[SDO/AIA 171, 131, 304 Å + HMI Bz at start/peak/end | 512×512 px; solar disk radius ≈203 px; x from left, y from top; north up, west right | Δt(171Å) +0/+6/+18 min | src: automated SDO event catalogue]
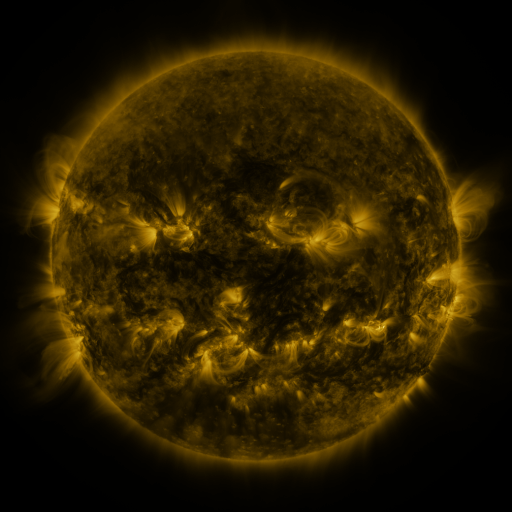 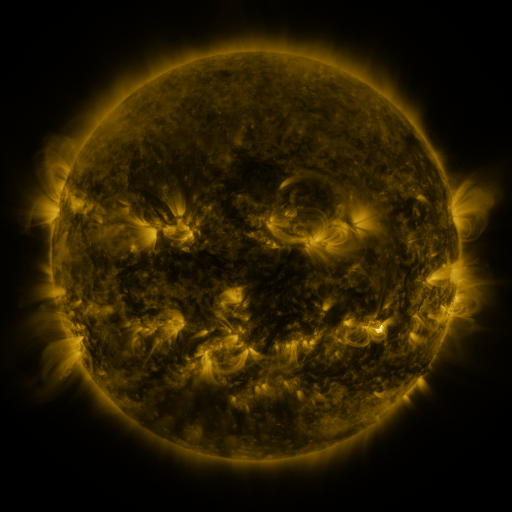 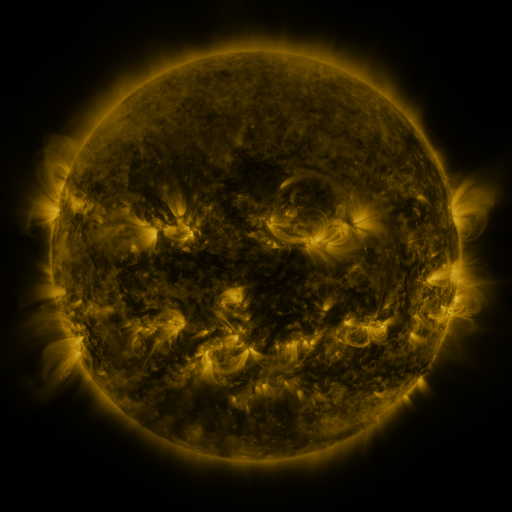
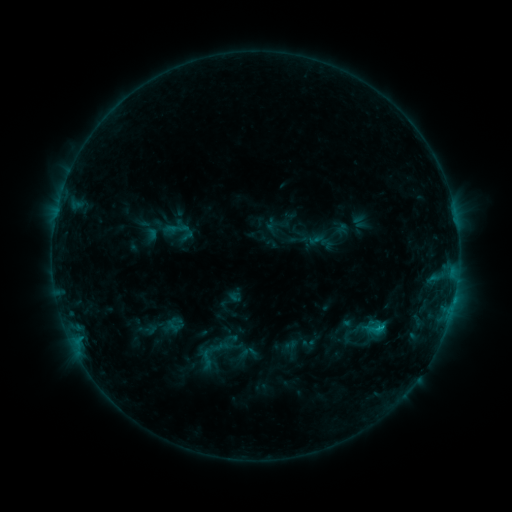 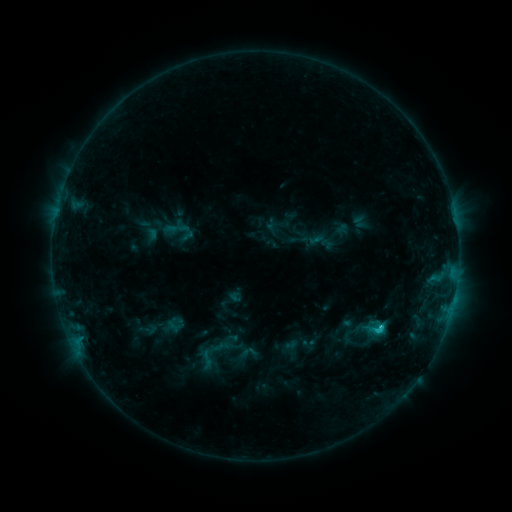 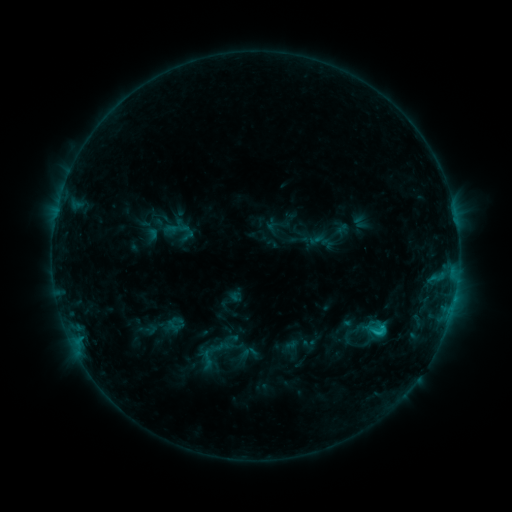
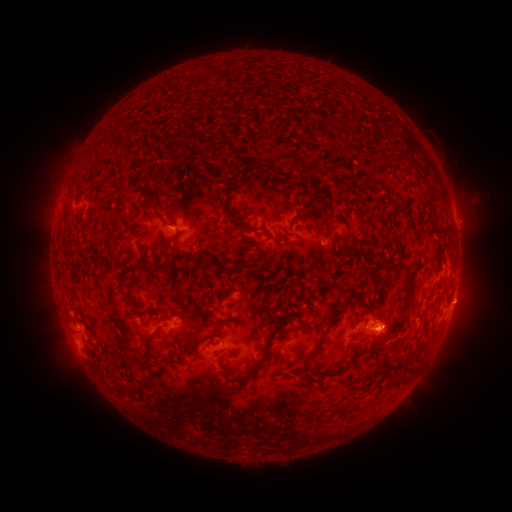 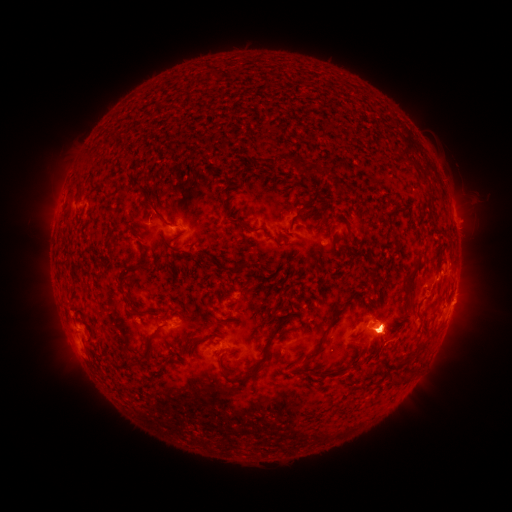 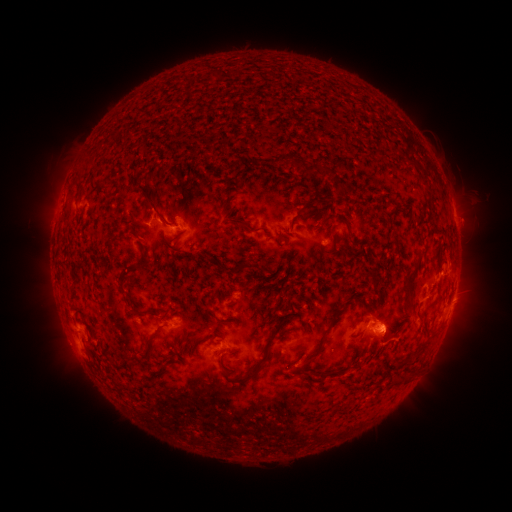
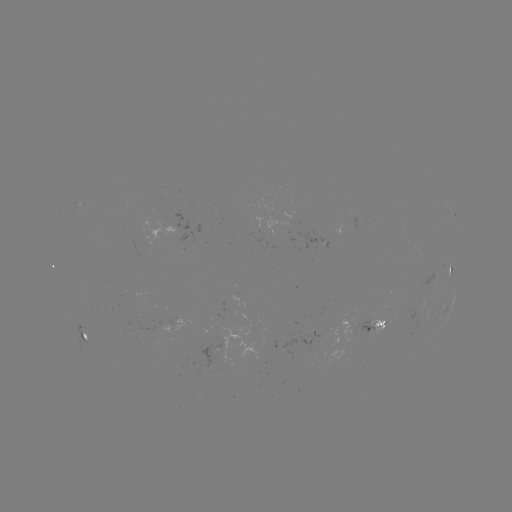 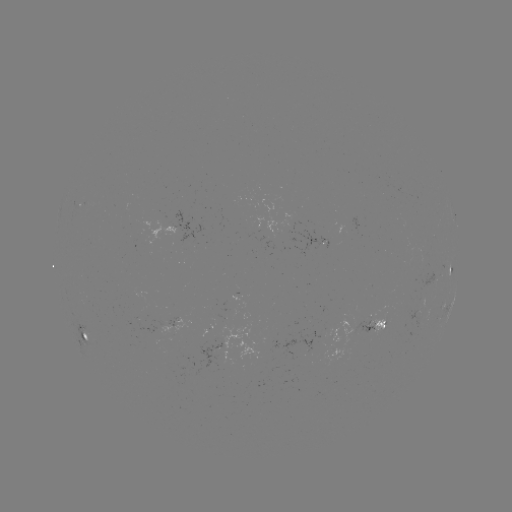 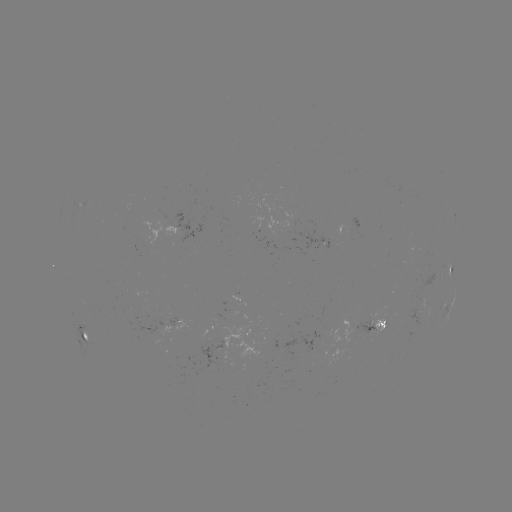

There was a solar eruption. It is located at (387, 335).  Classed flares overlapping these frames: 1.